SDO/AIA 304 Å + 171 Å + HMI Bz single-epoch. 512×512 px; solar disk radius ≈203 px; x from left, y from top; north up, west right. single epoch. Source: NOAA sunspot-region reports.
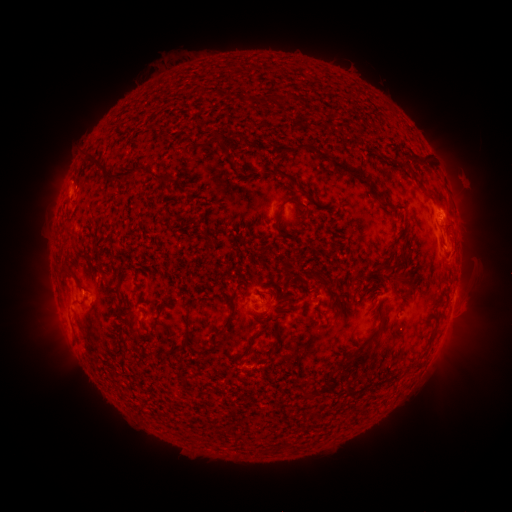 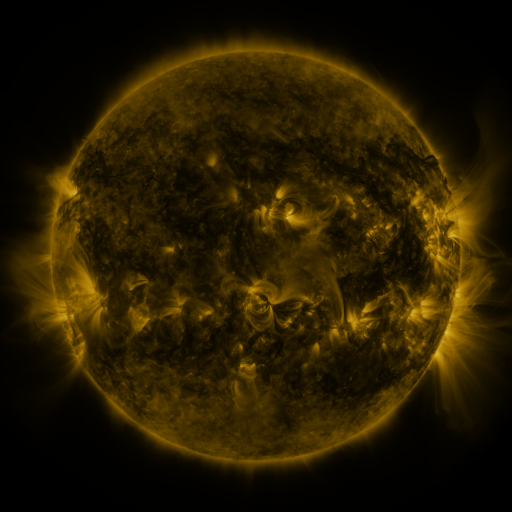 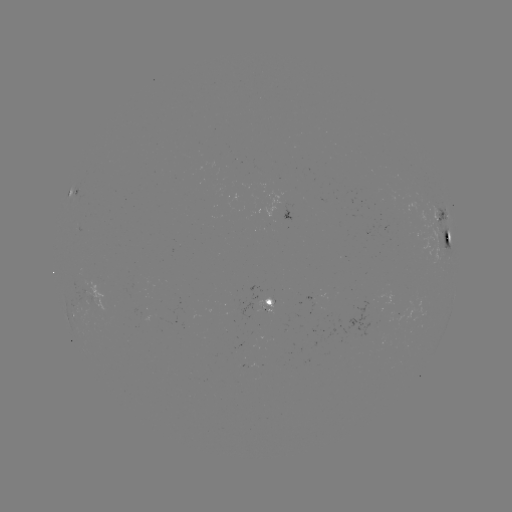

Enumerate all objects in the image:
spotted active region: (74, 191)
spotted active region: (439, 216)
spotted active region: (446, 233)
spotted active region: (273, 304)
